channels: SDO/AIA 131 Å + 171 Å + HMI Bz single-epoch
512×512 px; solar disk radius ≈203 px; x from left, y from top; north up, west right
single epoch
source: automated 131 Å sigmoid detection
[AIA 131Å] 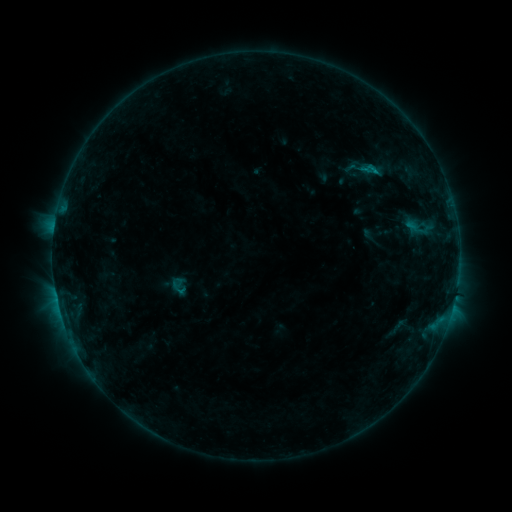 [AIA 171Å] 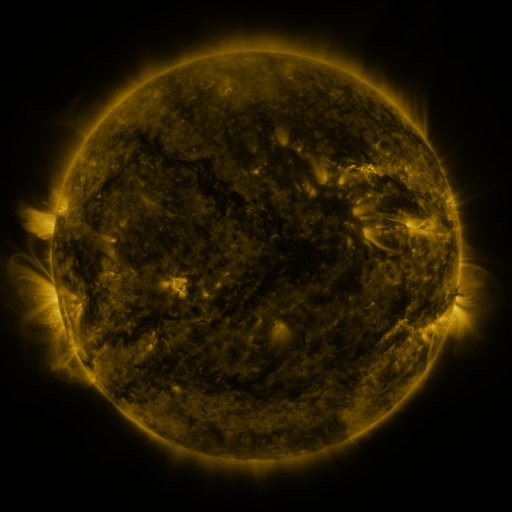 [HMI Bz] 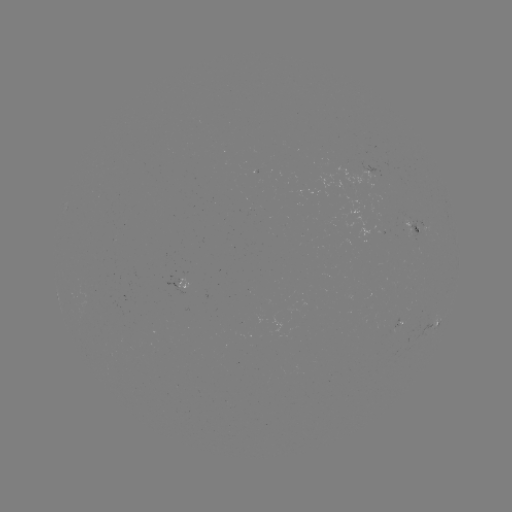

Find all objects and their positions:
sigmoid: [335, 148, 394, 188]
